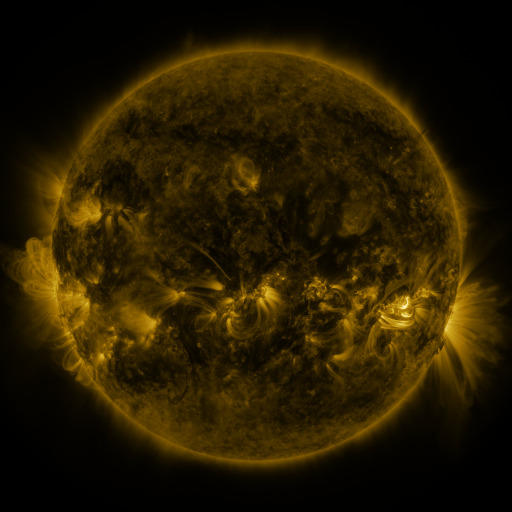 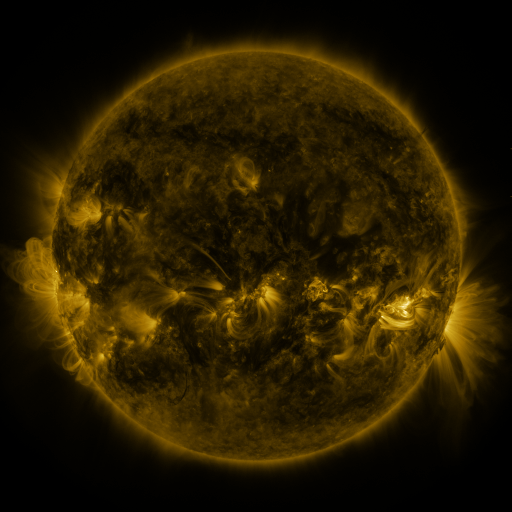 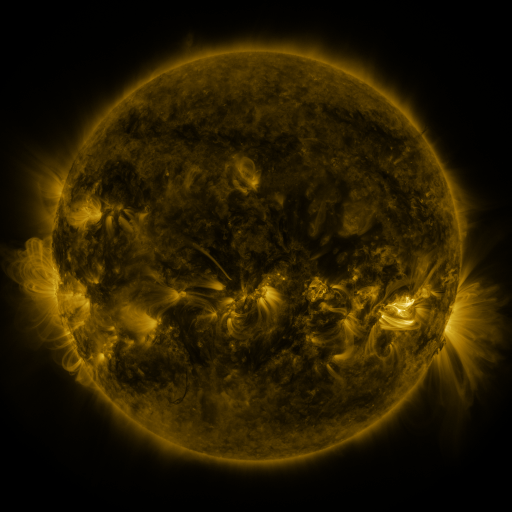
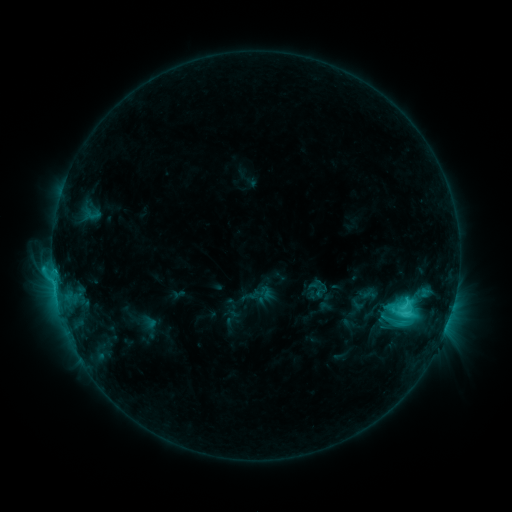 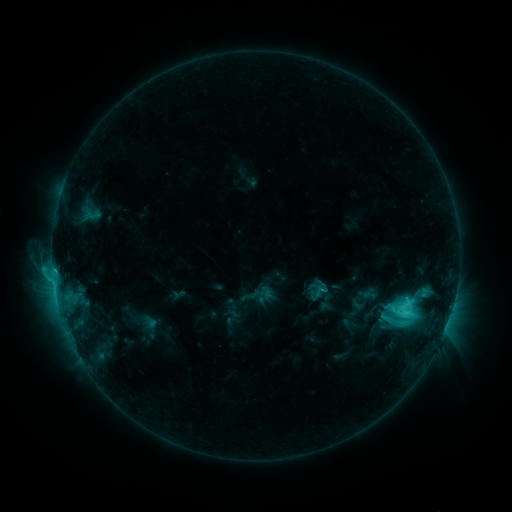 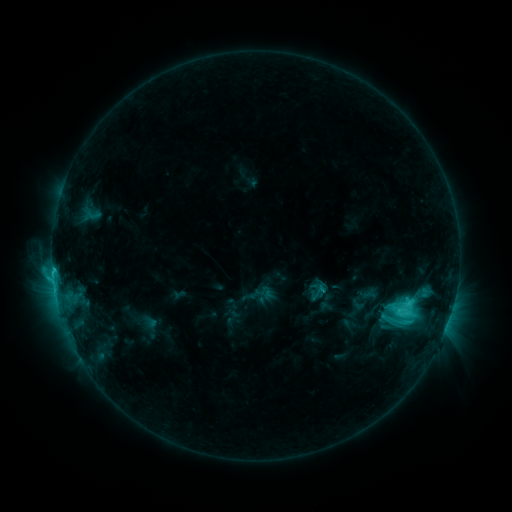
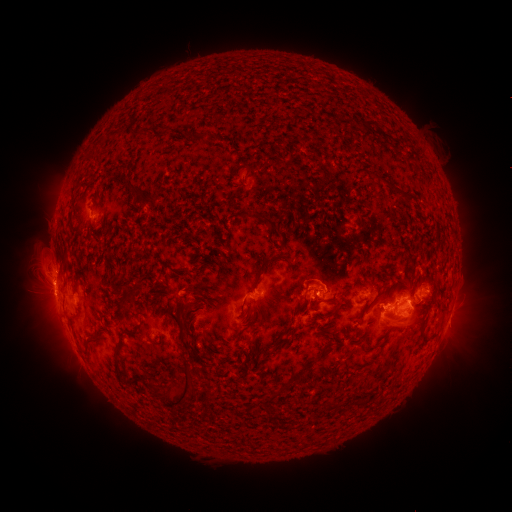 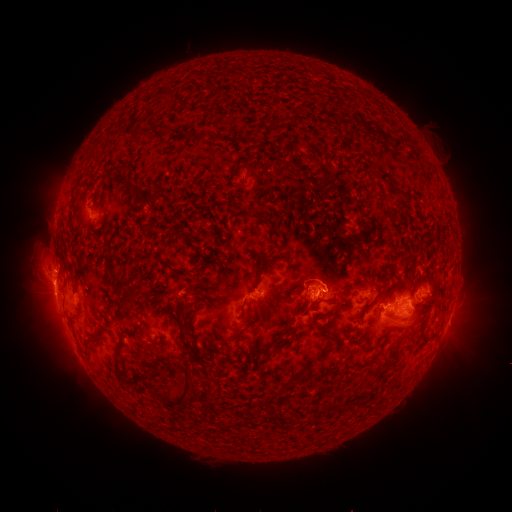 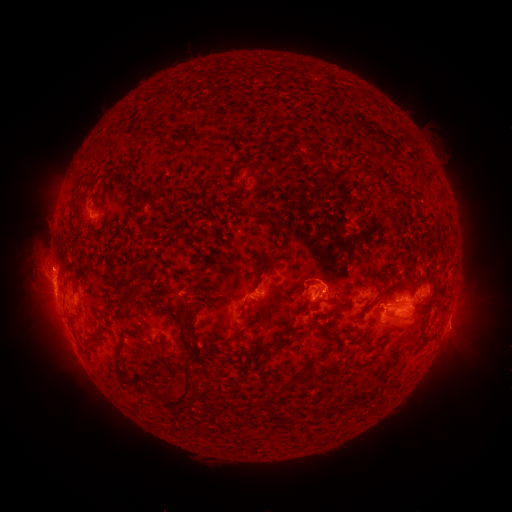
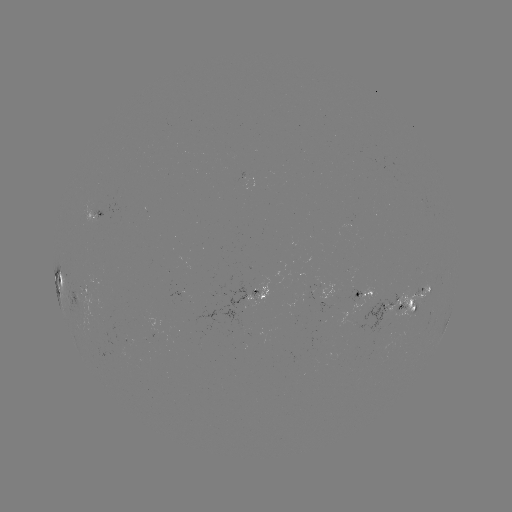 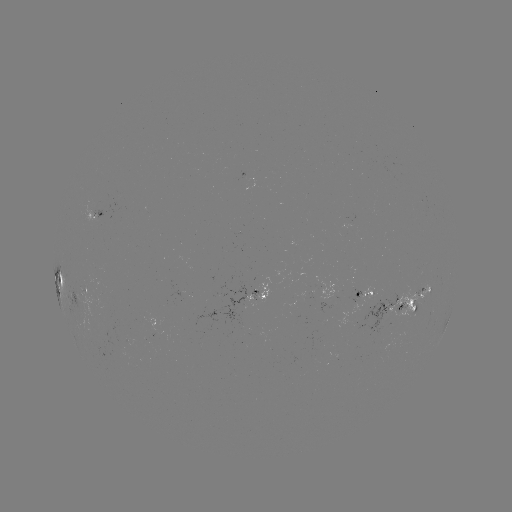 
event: eruption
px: (318, 293)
